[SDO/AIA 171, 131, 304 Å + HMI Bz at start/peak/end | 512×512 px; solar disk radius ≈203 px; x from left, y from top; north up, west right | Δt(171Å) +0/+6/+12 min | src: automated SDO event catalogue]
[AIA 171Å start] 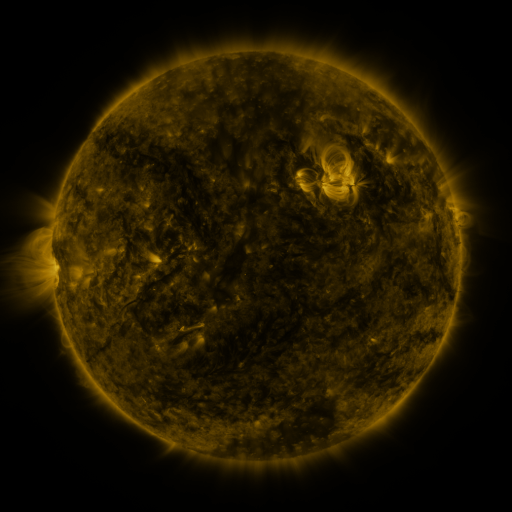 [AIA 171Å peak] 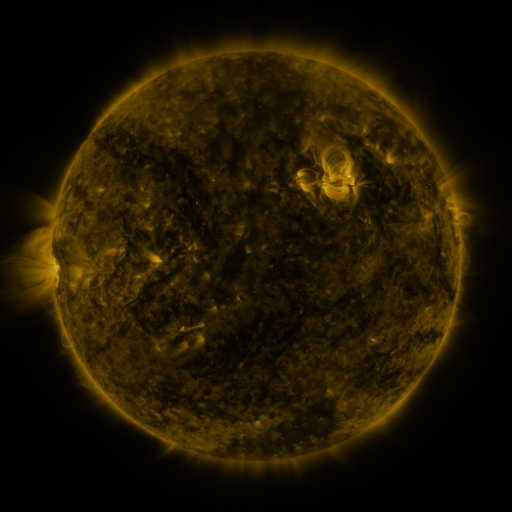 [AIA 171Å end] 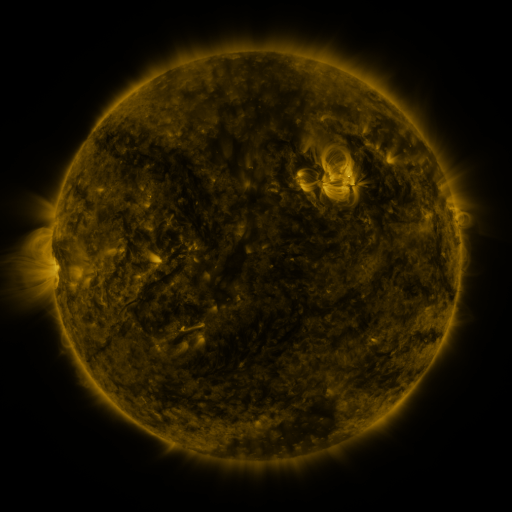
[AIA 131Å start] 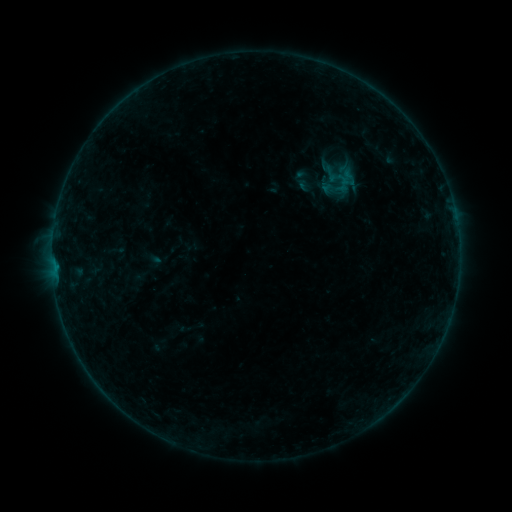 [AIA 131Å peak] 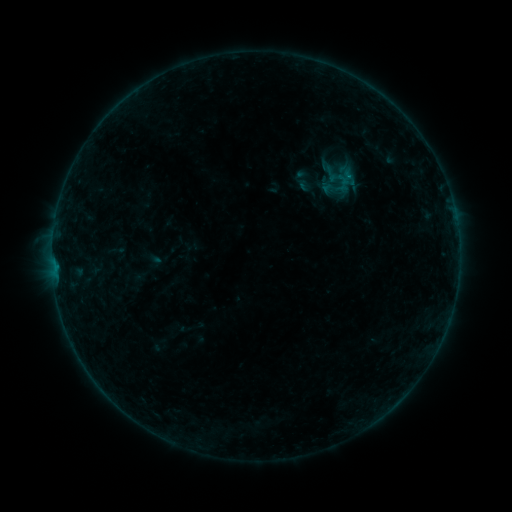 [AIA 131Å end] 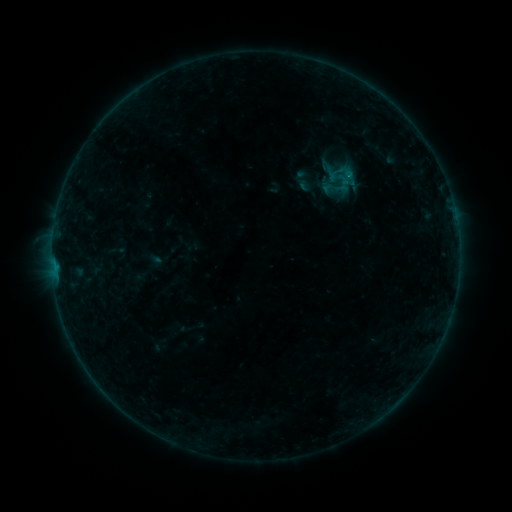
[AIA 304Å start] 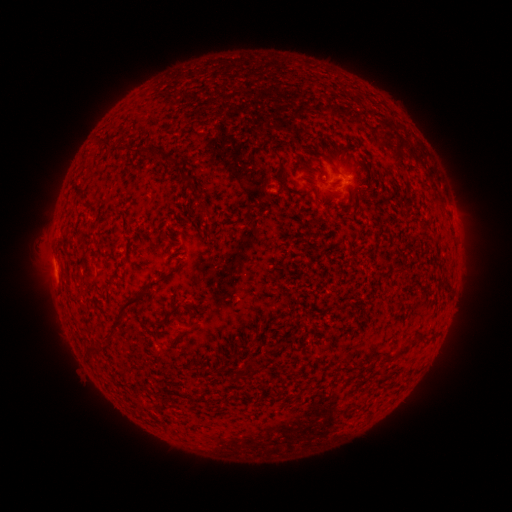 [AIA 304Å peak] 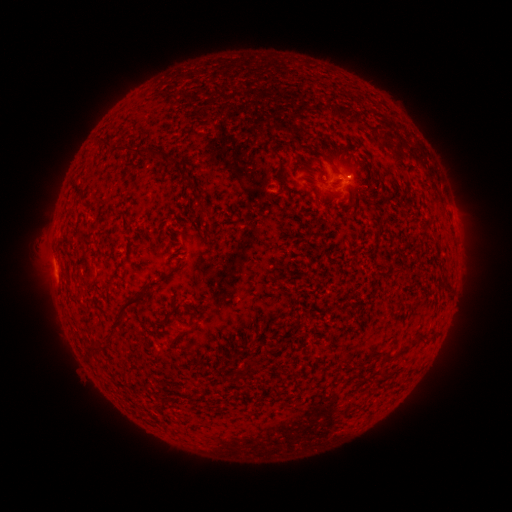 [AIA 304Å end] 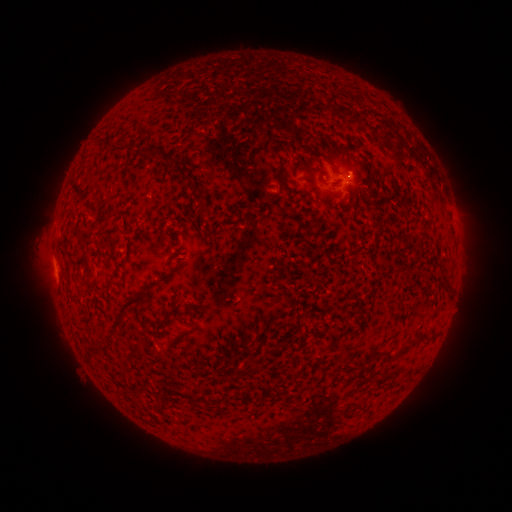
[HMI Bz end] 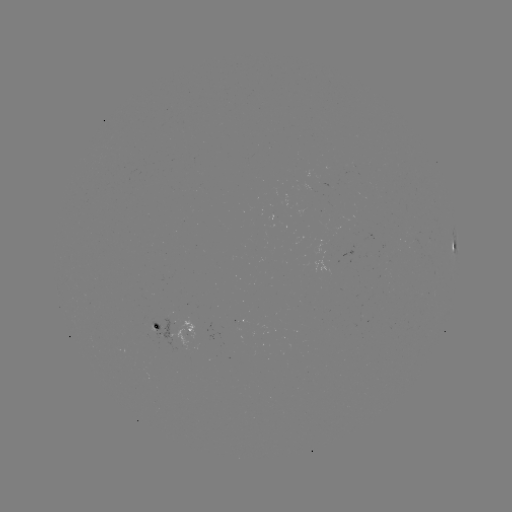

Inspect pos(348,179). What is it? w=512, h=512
B3.3 flare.